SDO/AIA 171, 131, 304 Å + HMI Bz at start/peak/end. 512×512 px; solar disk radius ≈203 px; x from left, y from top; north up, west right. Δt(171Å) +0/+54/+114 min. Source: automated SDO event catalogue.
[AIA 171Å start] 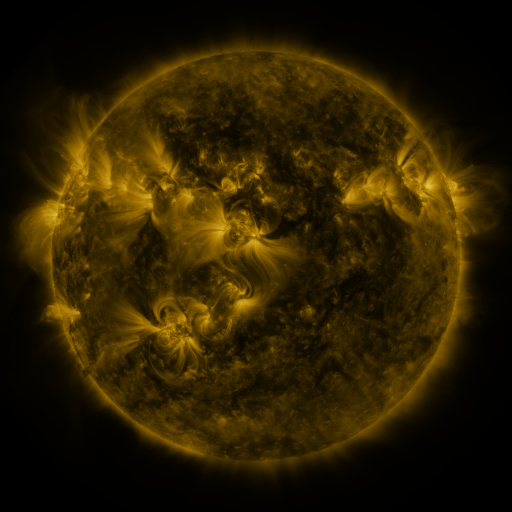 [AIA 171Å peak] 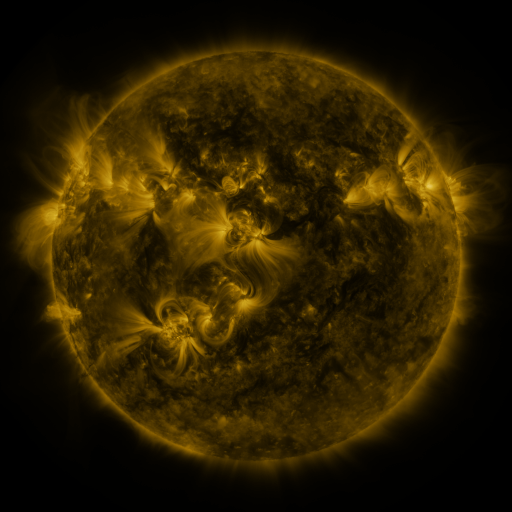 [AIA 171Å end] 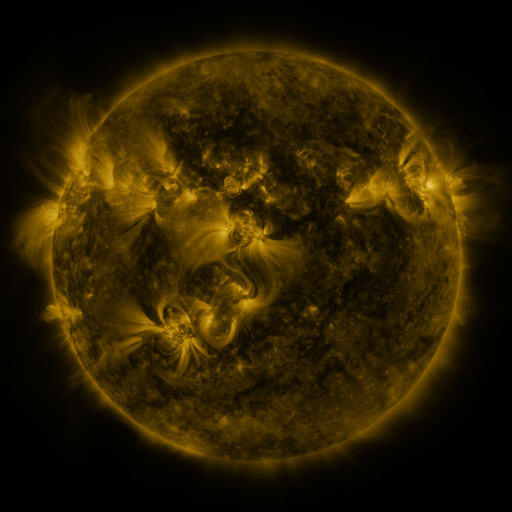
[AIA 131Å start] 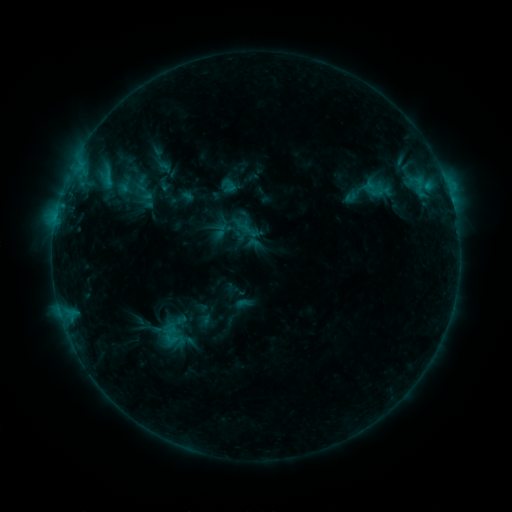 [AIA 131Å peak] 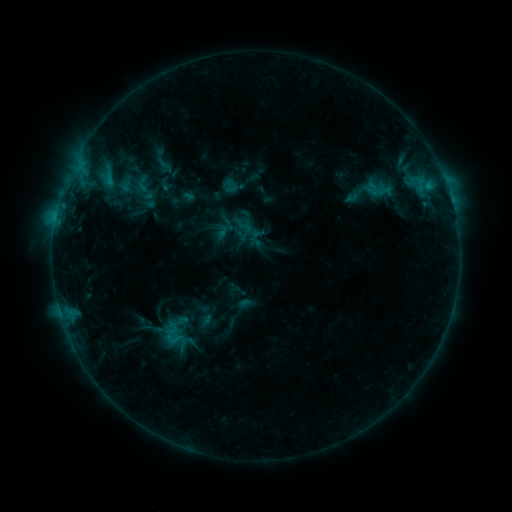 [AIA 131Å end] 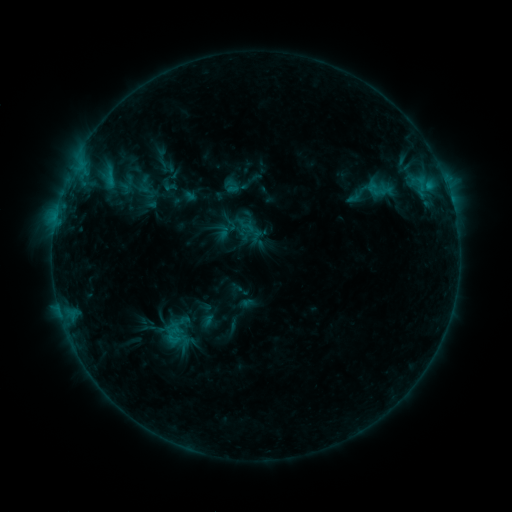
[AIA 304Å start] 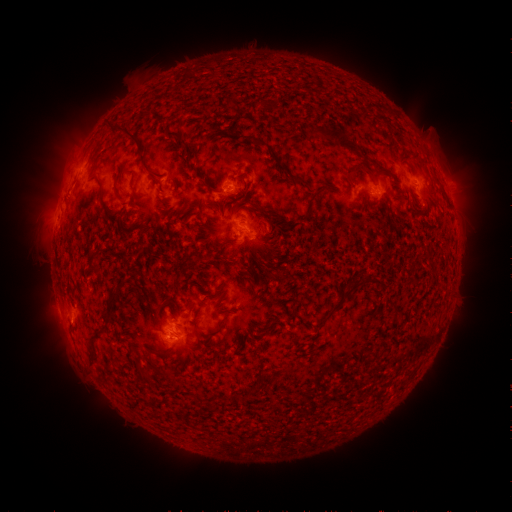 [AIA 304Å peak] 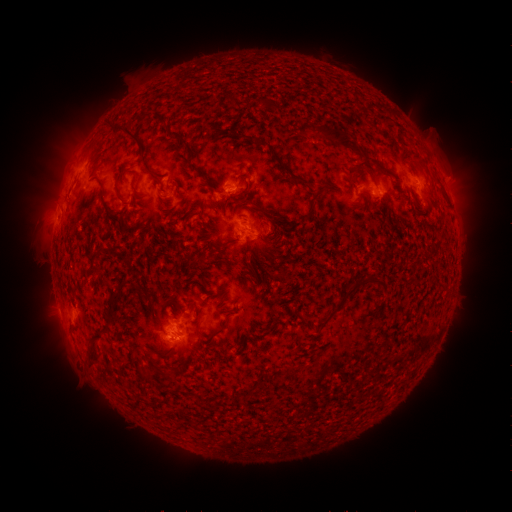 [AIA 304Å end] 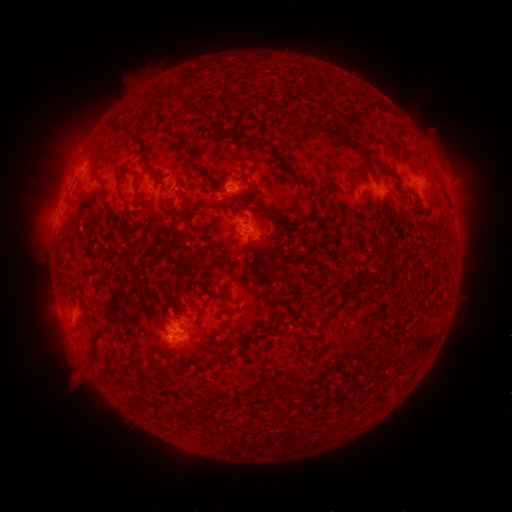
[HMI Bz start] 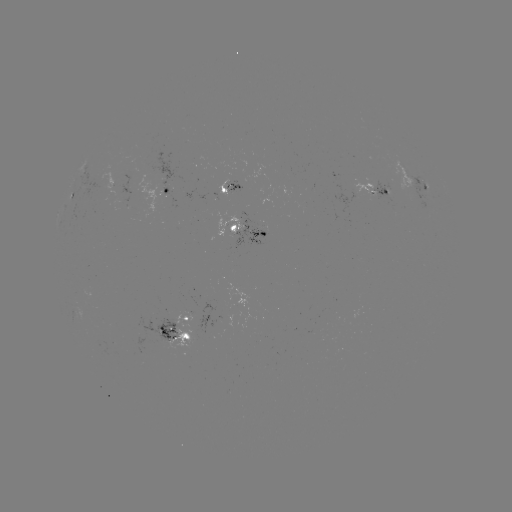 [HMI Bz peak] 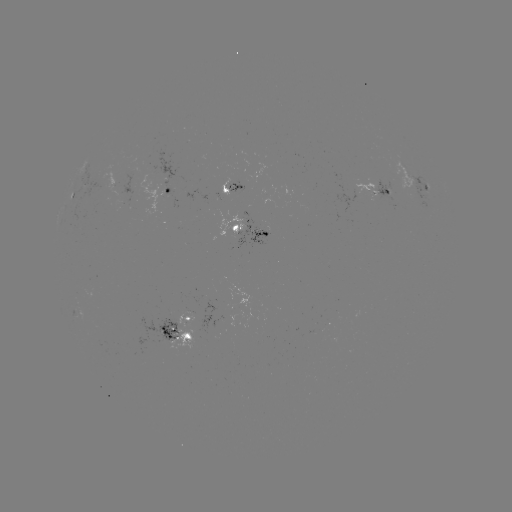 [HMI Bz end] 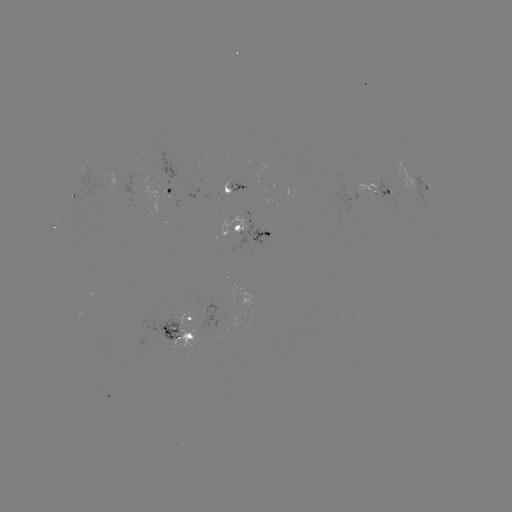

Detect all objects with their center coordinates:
filament eruption: (312, 19)
